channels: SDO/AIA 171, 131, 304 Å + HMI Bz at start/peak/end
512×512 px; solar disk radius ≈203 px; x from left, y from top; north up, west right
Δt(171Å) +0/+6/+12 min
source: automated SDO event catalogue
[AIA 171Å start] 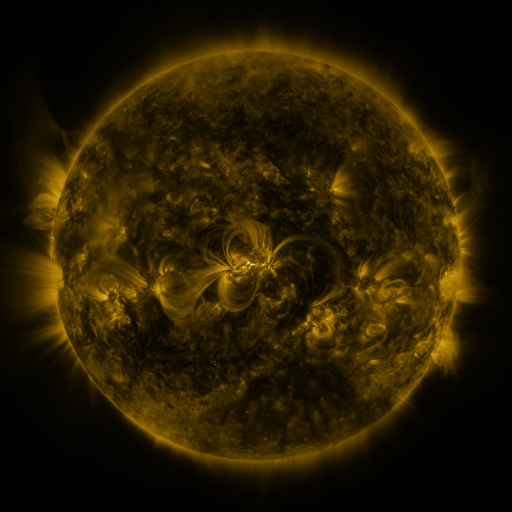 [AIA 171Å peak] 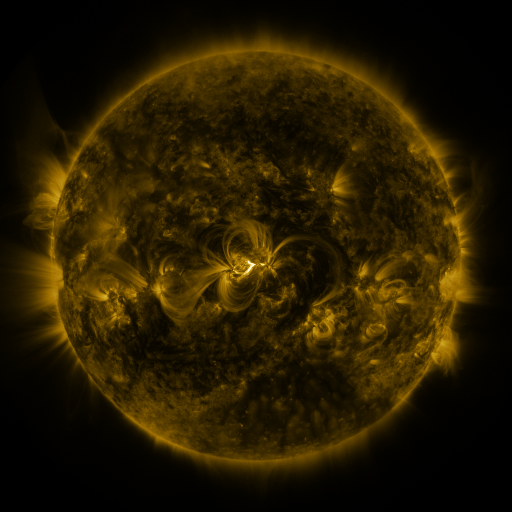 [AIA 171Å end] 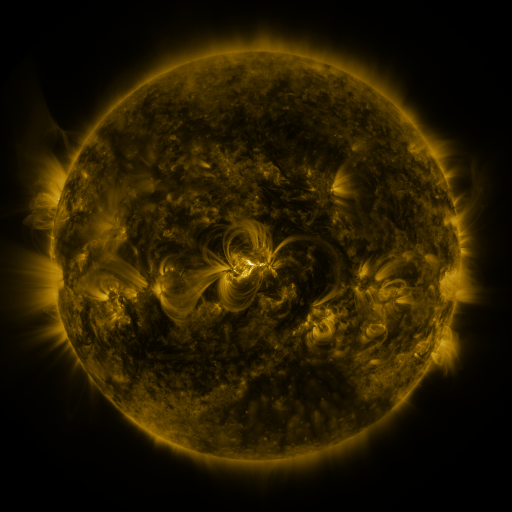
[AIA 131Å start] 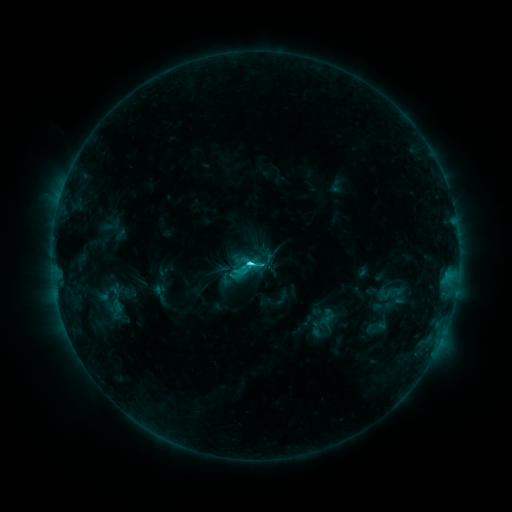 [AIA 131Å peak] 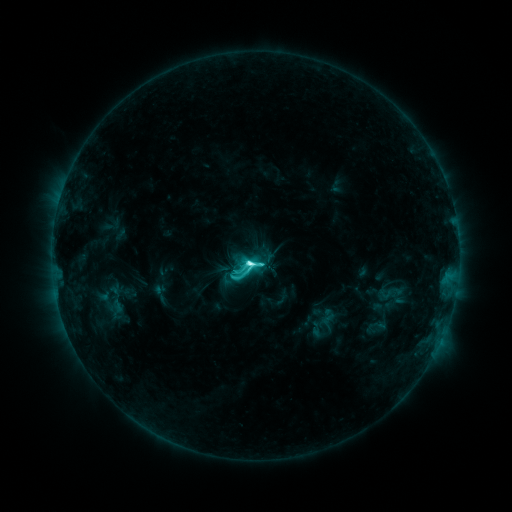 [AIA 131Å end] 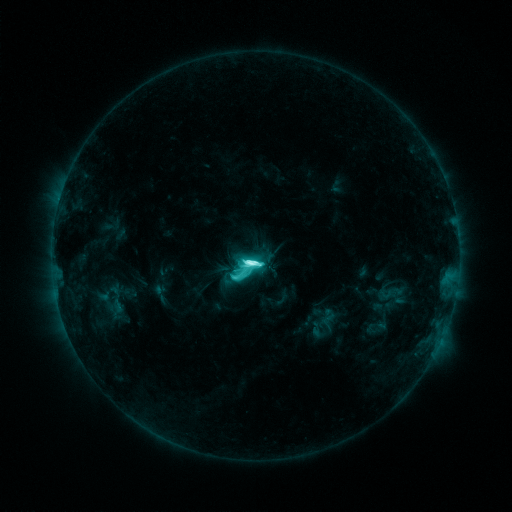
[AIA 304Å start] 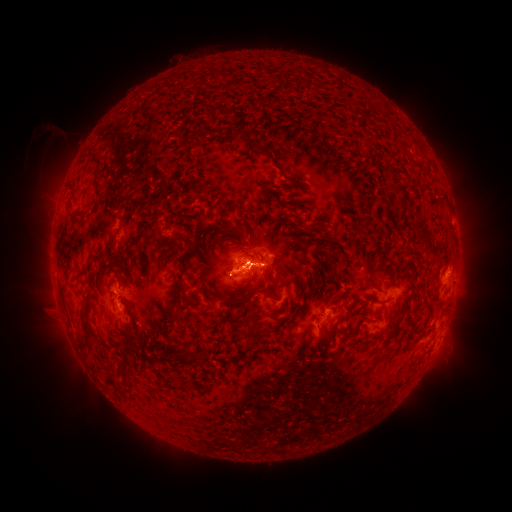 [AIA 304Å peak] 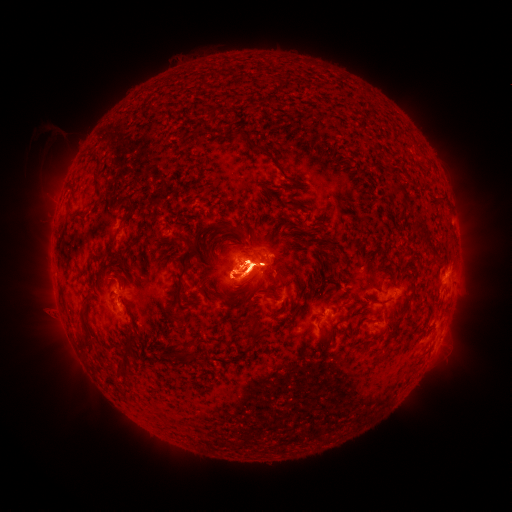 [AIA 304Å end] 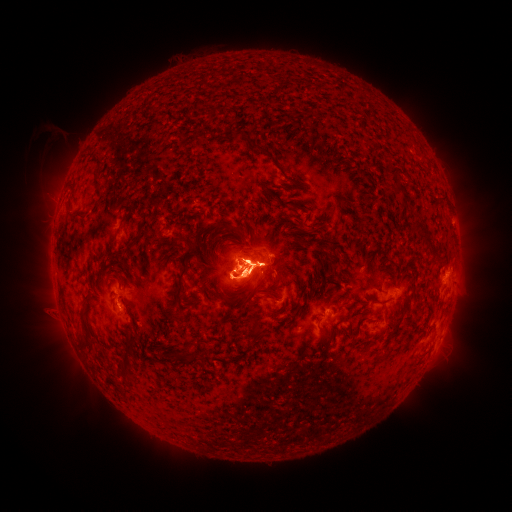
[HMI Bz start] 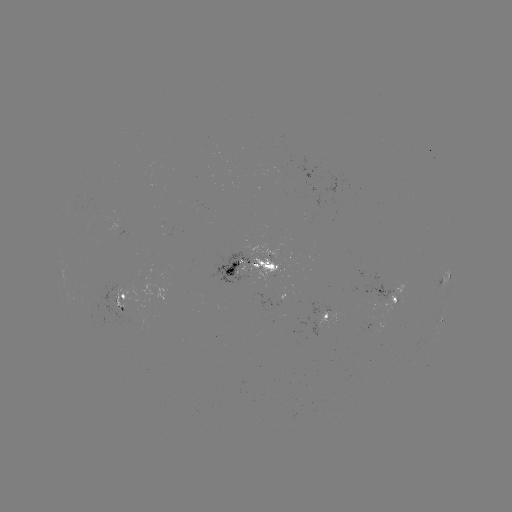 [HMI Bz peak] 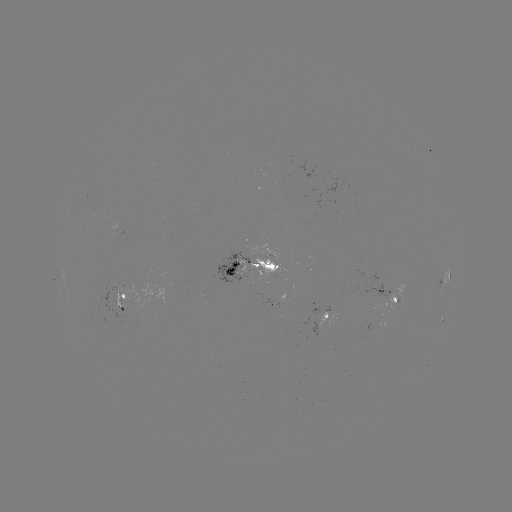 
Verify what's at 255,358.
eruption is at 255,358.